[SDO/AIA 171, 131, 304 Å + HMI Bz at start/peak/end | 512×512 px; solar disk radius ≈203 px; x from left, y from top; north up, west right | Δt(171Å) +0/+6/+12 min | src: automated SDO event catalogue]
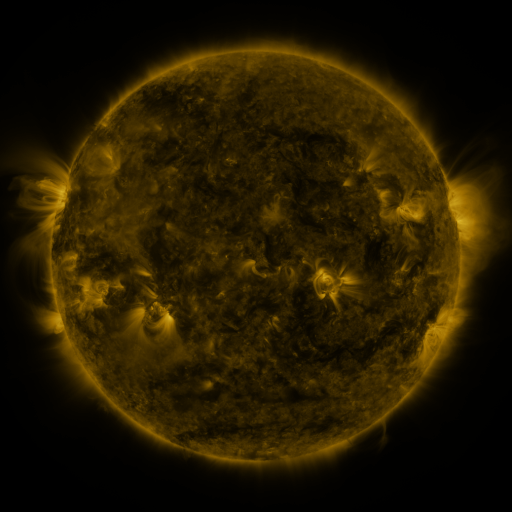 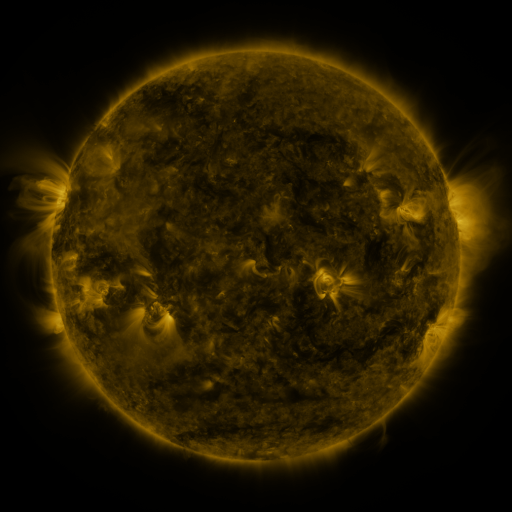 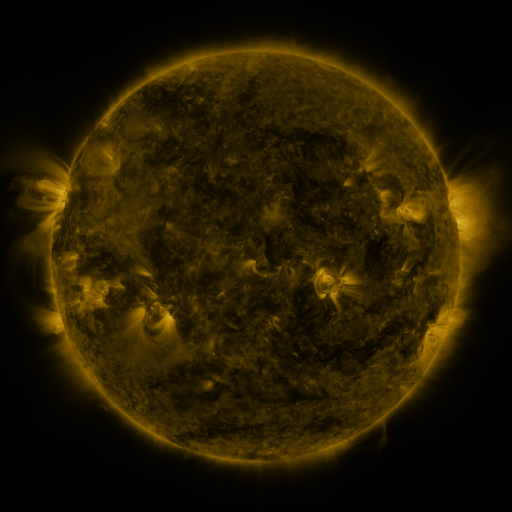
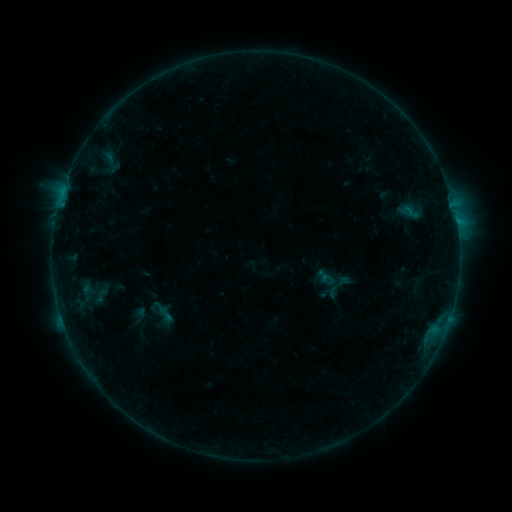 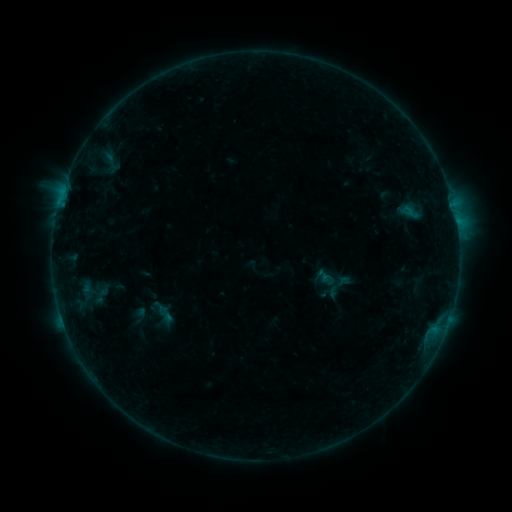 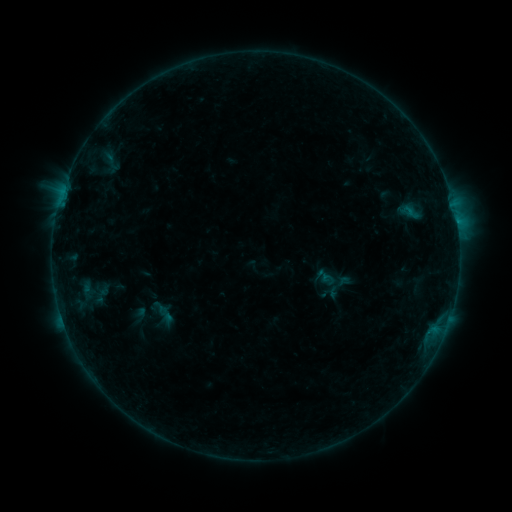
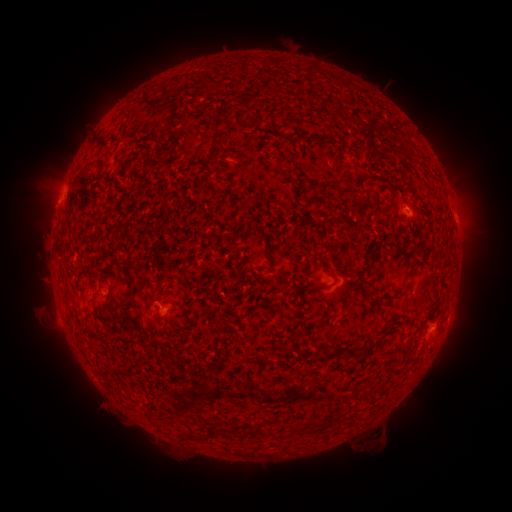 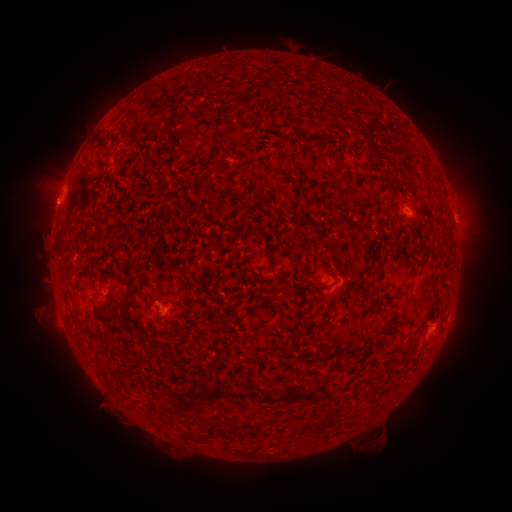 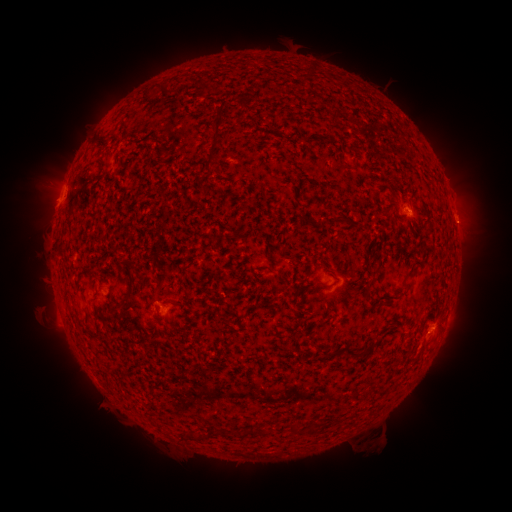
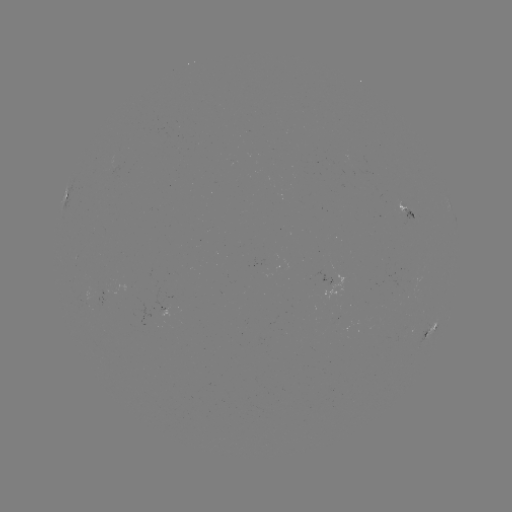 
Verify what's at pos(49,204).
eruption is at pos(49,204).